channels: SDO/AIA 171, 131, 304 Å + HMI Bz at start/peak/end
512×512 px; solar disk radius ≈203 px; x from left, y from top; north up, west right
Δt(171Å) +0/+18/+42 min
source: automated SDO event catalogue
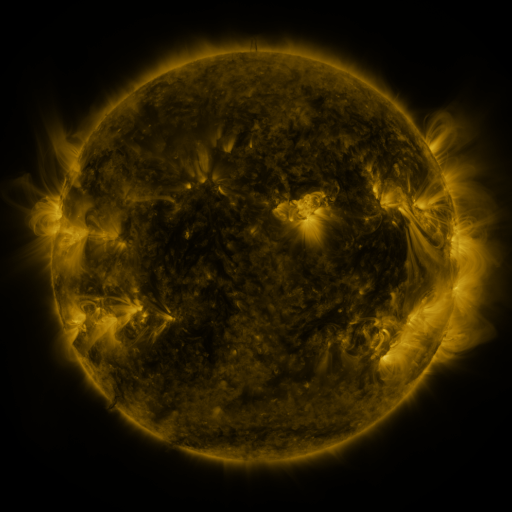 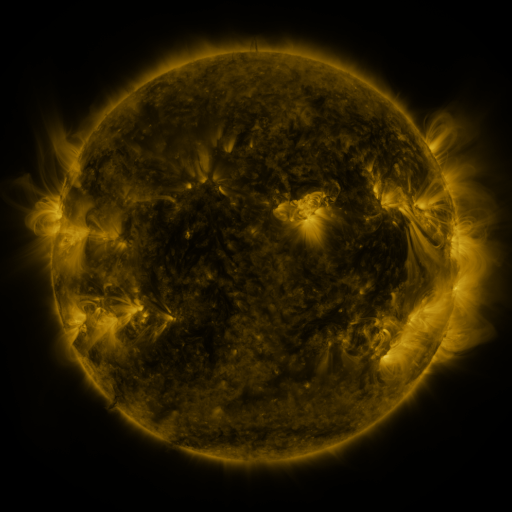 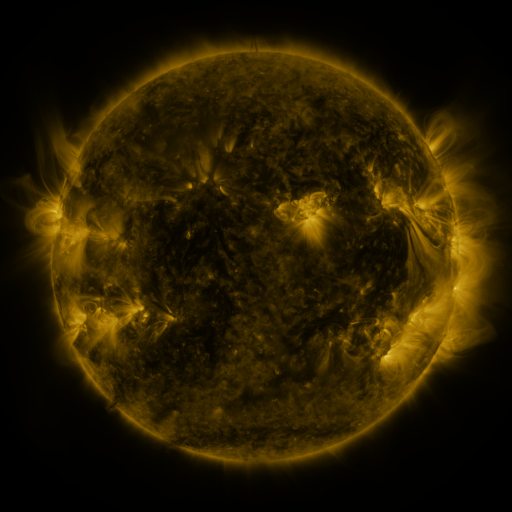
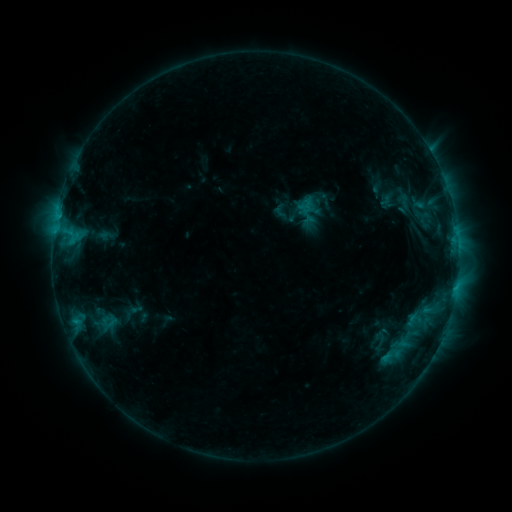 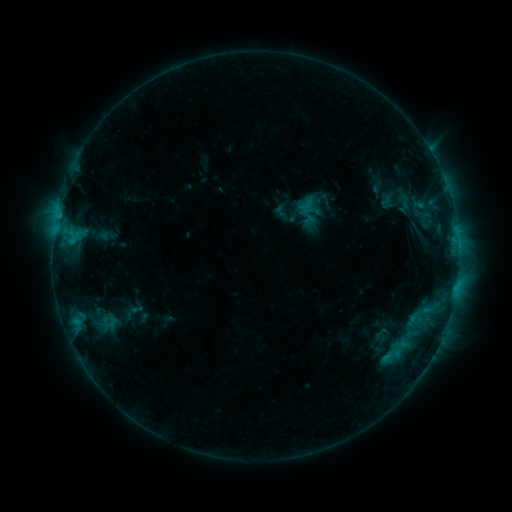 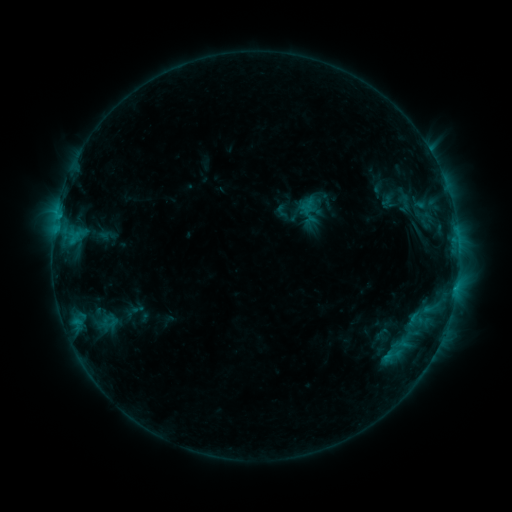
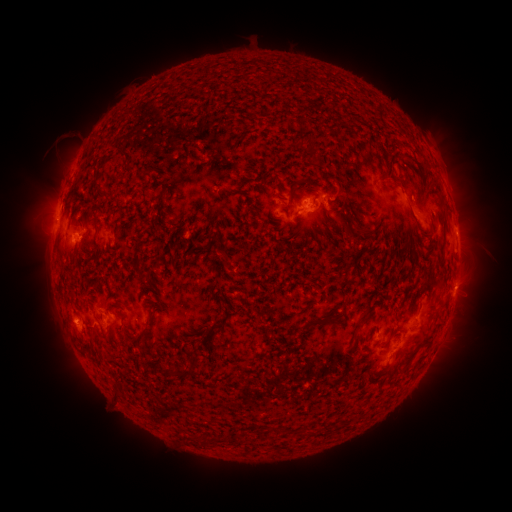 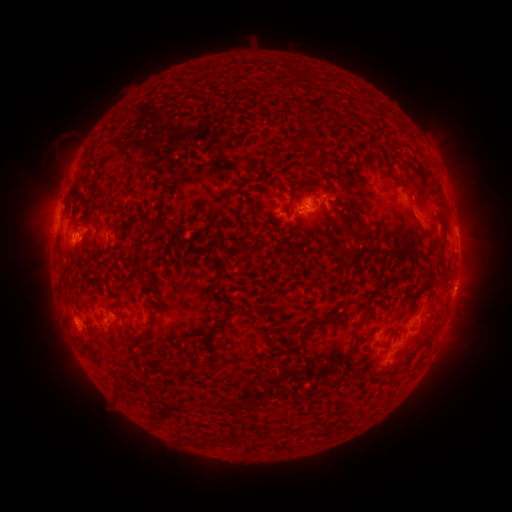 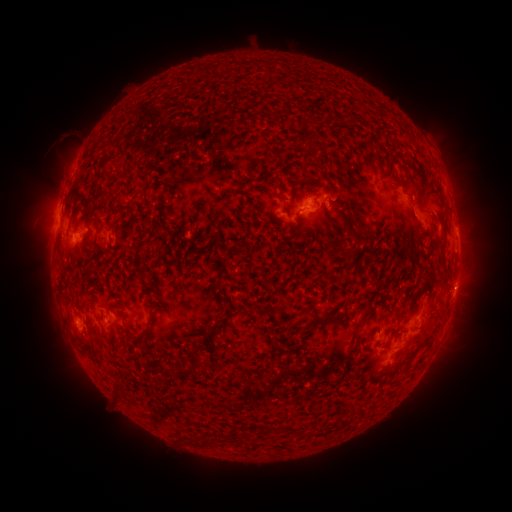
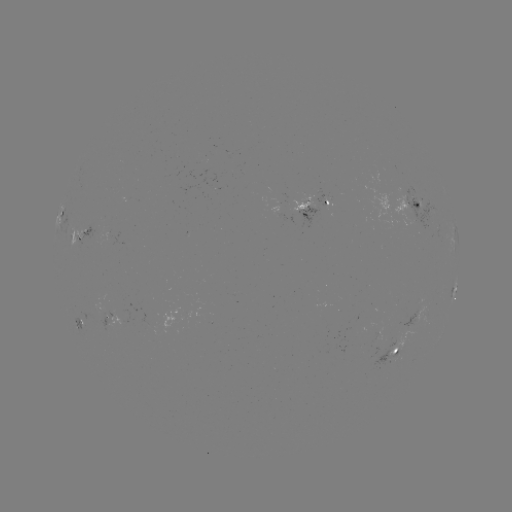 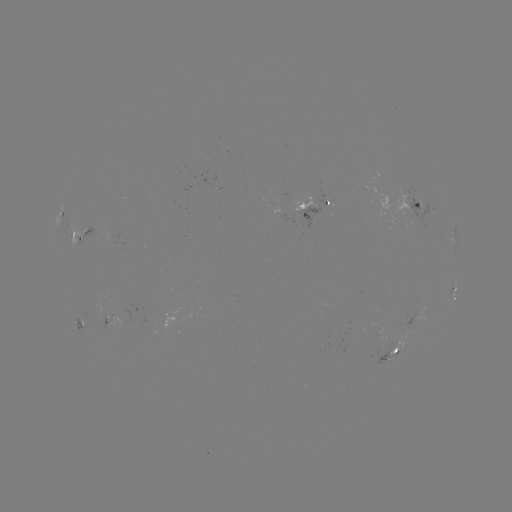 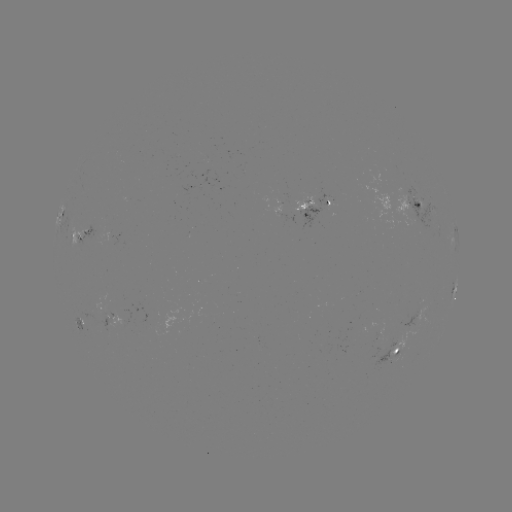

no classed flare was catalogued and no EUV brightening was flagged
